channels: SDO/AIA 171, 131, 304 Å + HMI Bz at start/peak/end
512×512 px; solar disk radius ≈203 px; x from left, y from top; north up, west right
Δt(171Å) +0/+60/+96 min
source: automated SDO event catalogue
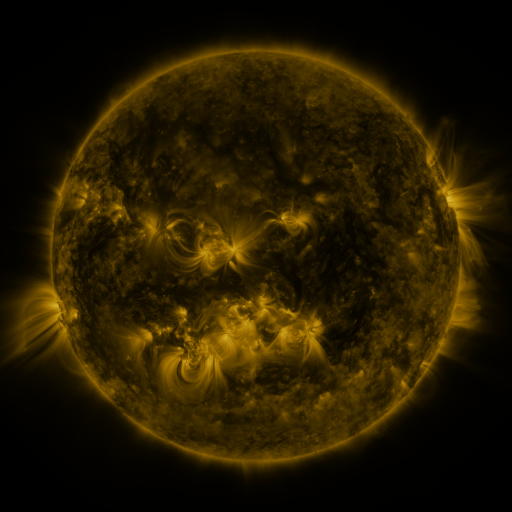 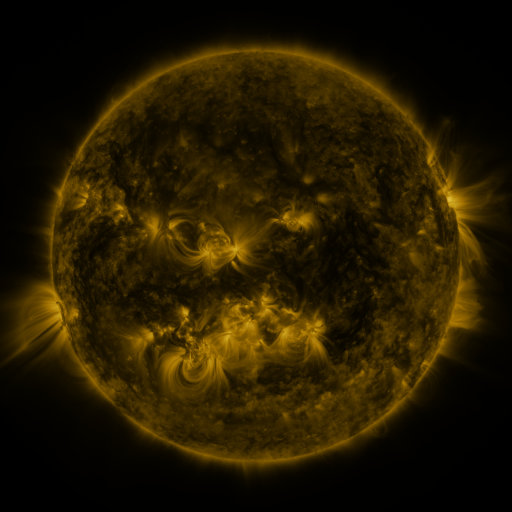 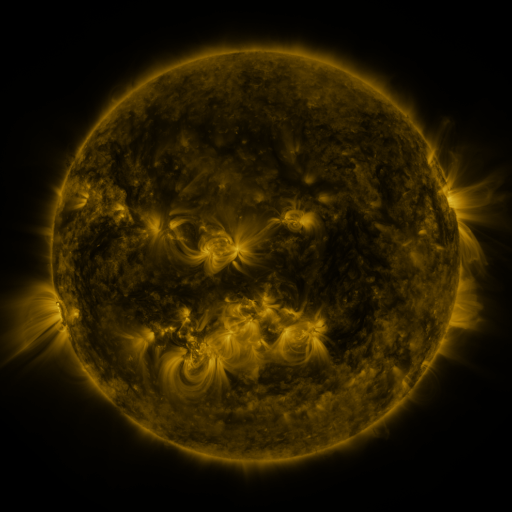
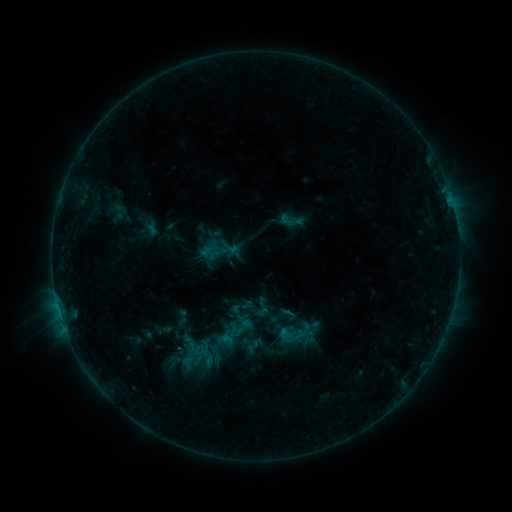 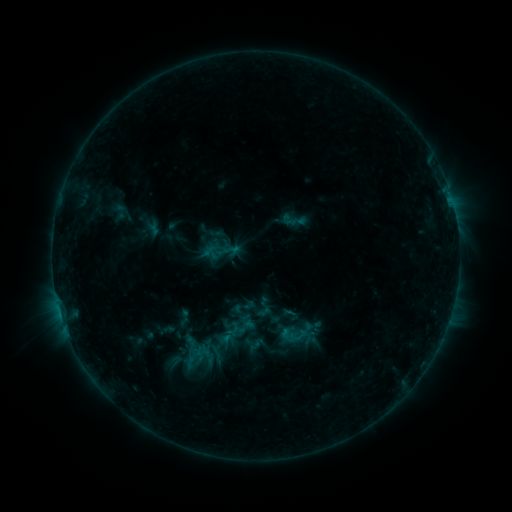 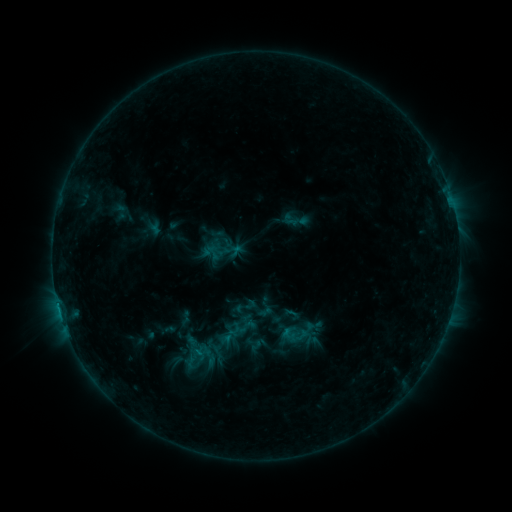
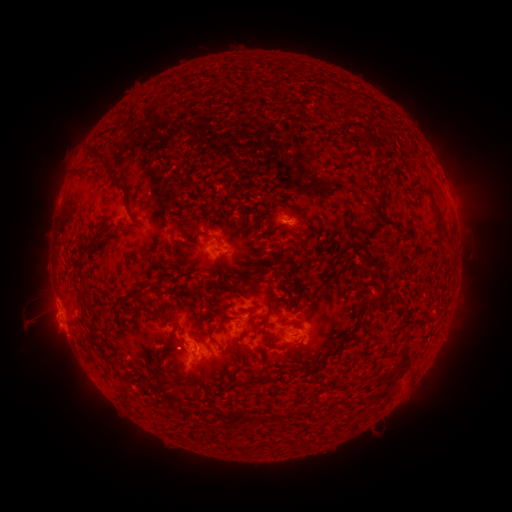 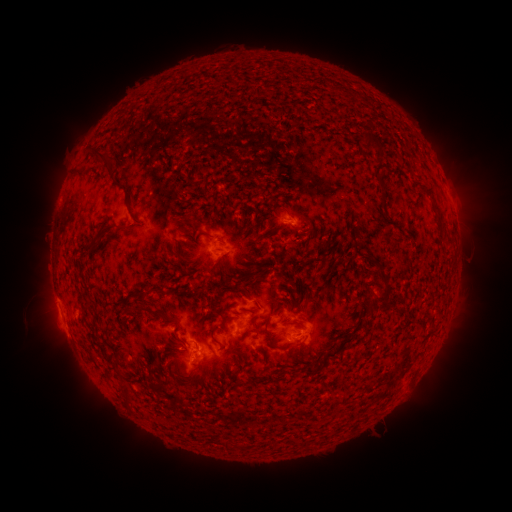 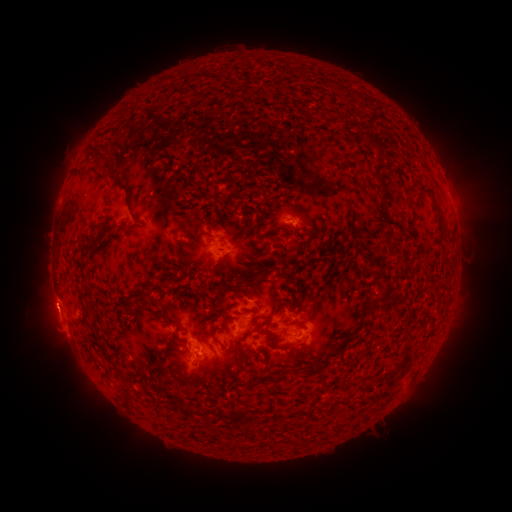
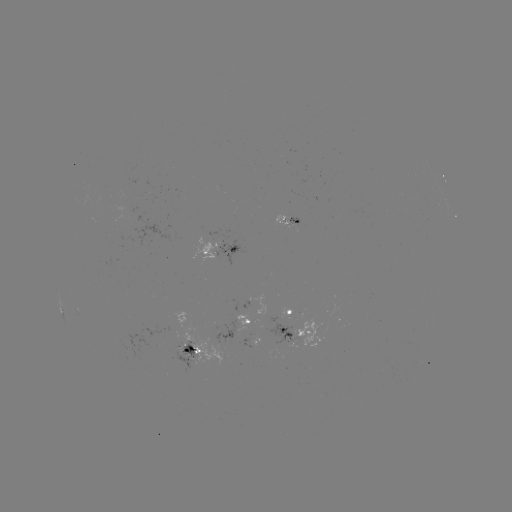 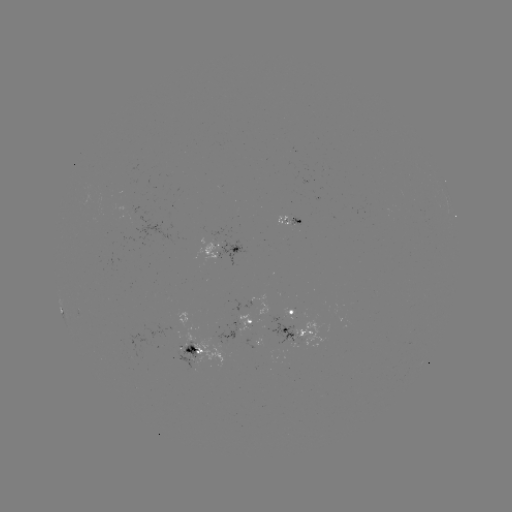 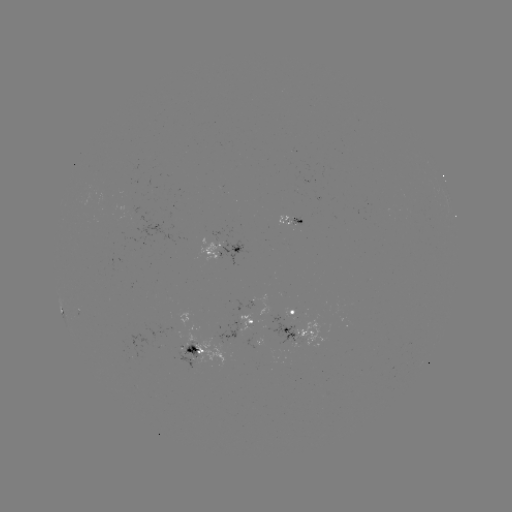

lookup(emerging-flux region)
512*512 [180, 336]